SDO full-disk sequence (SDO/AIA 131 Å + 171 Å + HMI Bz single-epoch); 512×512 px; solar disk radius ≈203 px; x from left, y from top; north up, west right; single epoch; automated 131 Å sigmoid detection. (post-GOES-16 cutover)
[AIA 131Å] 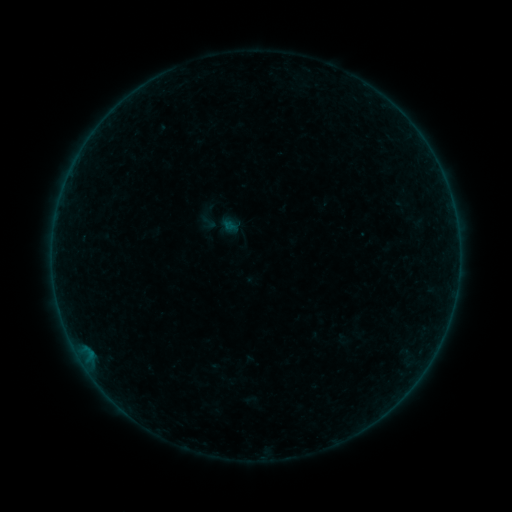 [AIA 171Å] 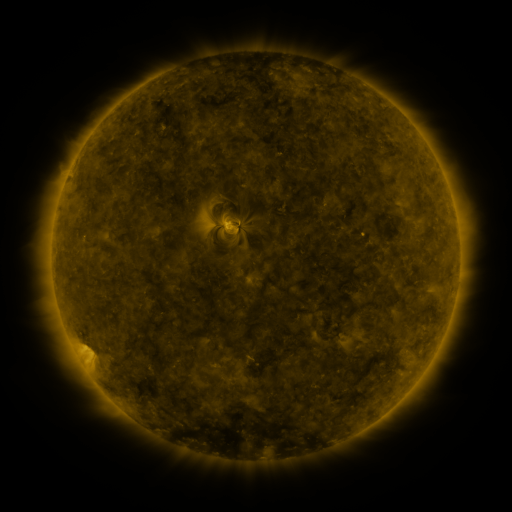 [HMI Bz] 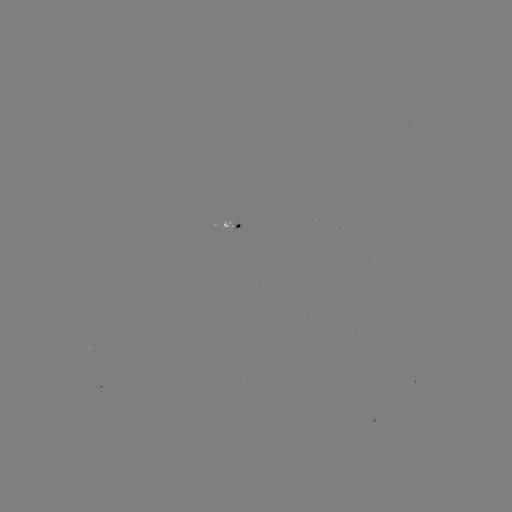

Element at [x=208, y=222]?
sigmoid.